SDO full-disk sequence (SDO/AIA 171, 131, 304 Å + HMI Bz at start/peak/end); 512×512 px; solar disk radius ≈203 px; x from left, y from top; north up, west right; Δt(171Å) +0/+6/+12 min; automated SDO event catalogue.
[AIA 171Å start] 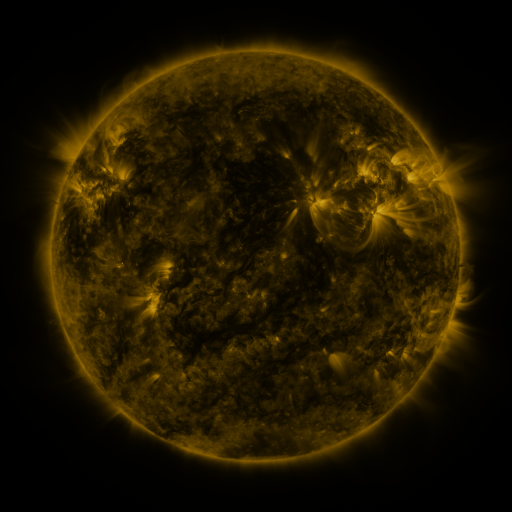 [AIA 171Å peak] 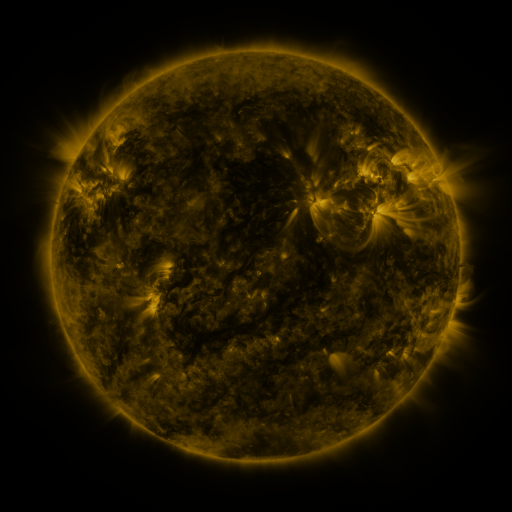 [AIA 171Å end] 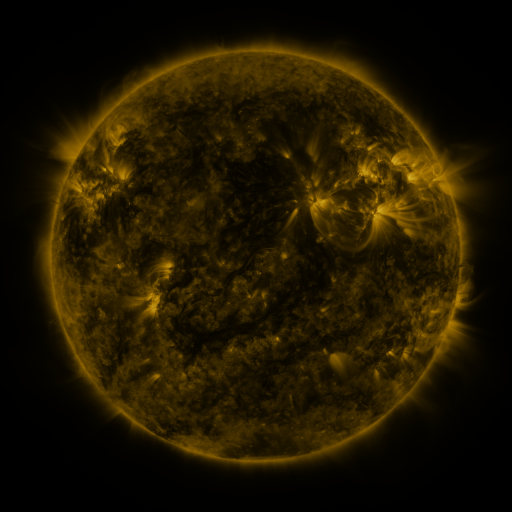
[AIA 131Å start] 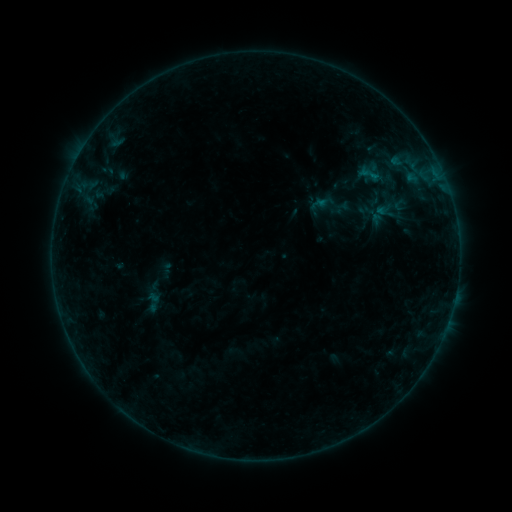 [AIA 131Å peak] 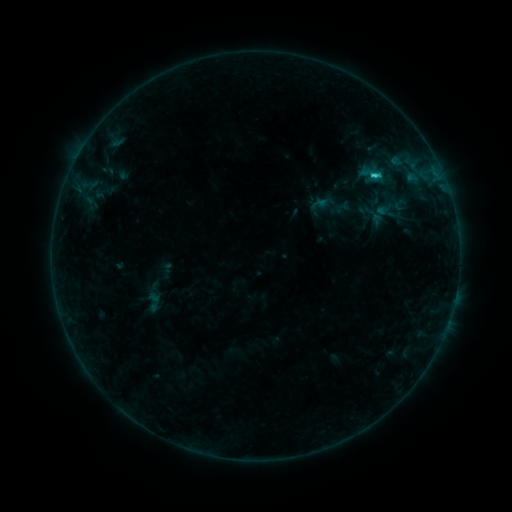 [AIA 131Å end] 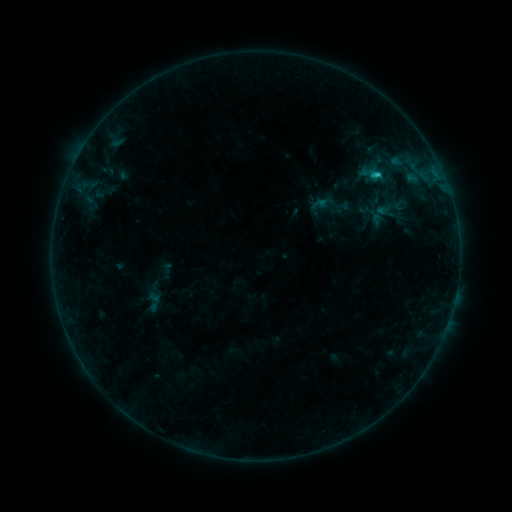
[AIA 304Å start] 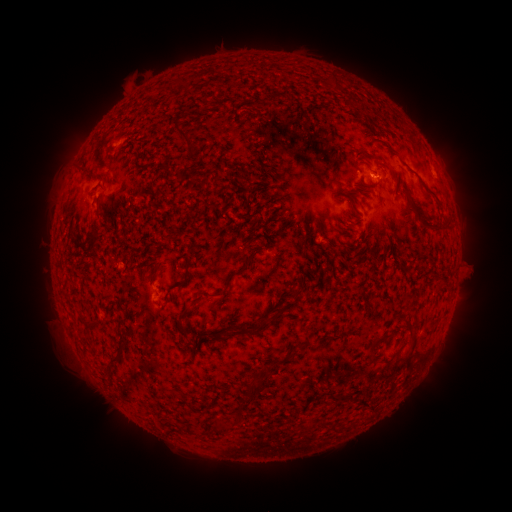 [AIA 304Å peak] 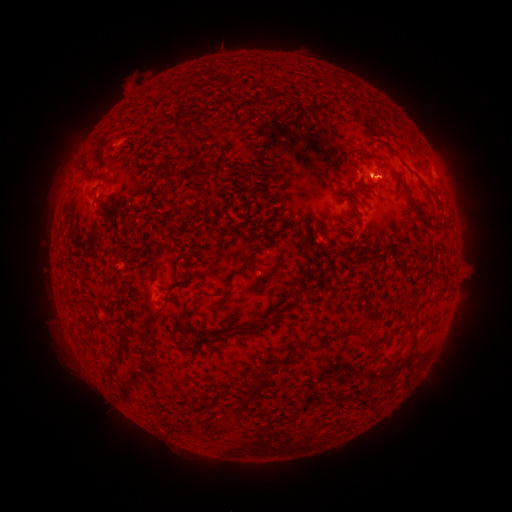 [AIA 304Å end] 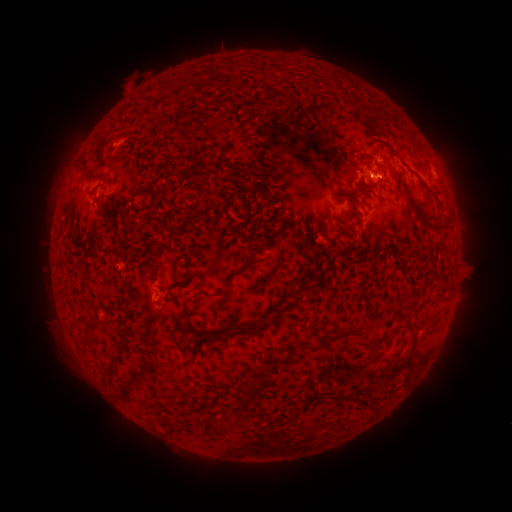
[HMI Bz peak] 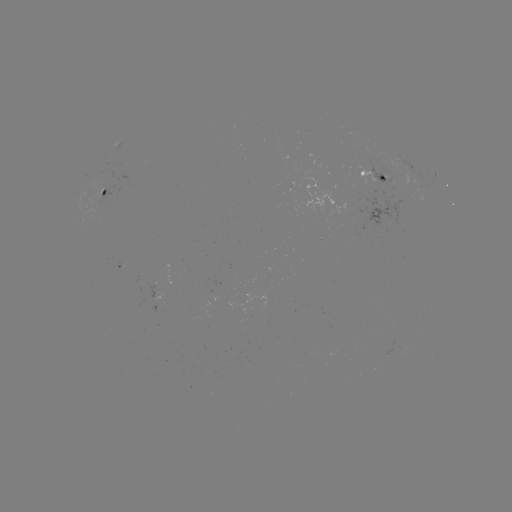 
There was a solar flare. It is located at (373, 178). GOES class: C1.5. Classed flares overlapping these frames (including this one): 1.